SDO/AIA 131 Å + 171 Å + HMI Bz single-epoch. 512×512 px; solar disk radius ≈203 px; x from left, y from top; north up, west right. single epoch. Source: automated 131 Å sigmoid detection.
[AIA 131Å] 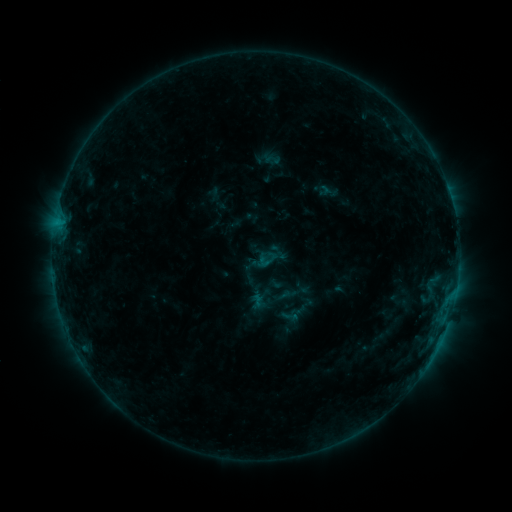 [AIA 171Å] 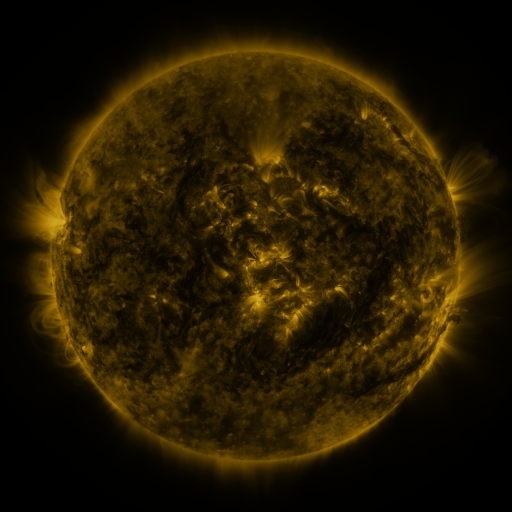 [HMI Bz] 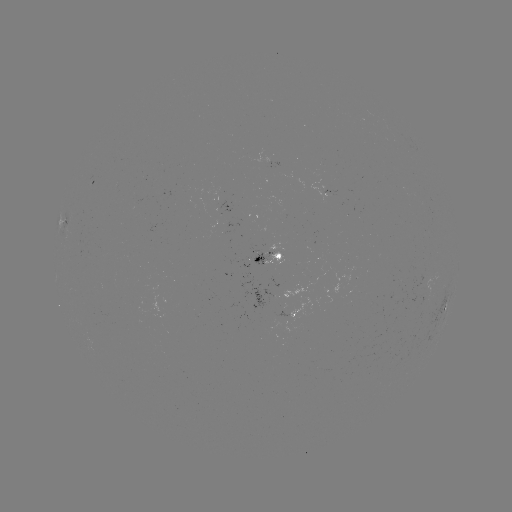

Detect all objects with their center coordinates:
sigmoid: (281, 307, 299, 325)
